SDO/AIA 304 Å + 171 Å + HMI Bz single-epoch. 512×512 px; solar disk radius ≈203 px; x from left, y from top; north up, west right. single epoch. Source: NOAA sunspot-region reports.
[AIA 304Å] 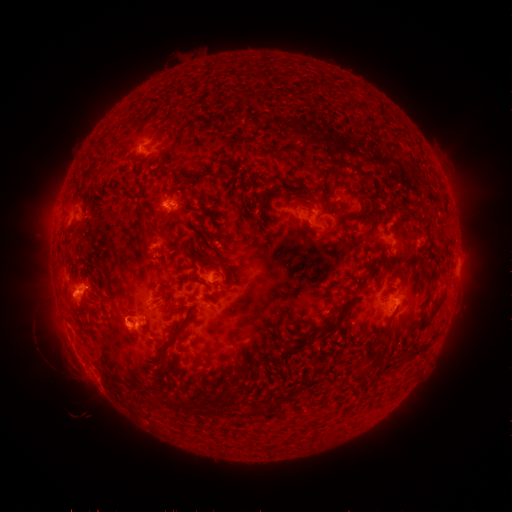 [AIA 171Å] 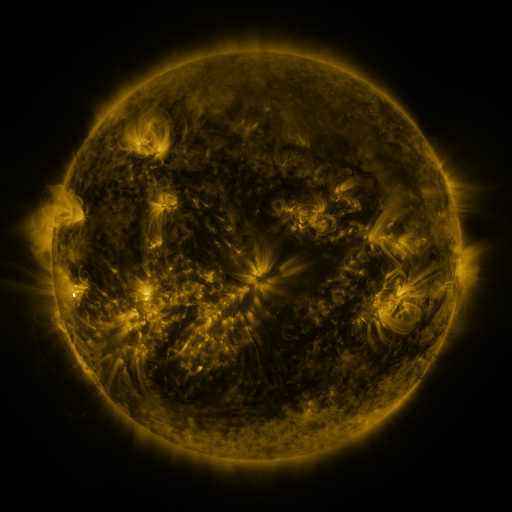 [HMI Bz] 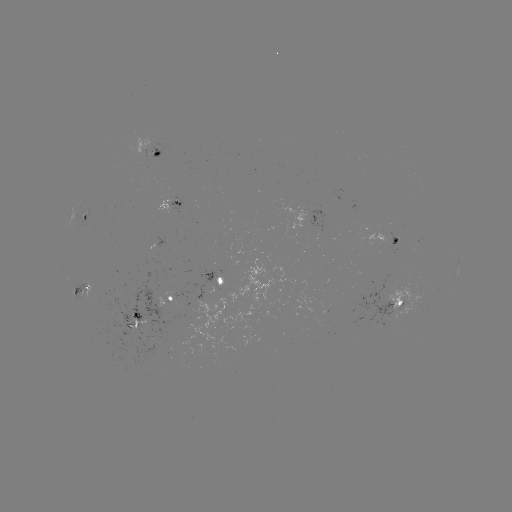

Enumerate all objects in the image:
spotted active region: (157, 151)
spotted active region: (172, 203)
spotted active region: (86, 215)
spotted active region: (314, 221)
spotted active region: (394, 239)
spotted active region: (458, 270)
spotted active region: (224, 281)
spotted active region: (84, 293)
spotted active region: (163, 302)
spotted active region: (395, 306)
spotted active region: (138, 323)
